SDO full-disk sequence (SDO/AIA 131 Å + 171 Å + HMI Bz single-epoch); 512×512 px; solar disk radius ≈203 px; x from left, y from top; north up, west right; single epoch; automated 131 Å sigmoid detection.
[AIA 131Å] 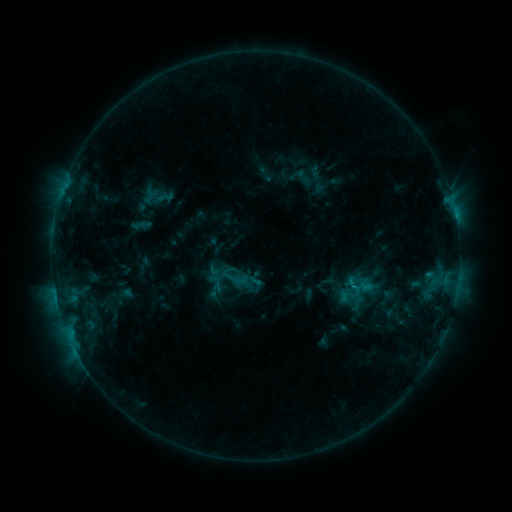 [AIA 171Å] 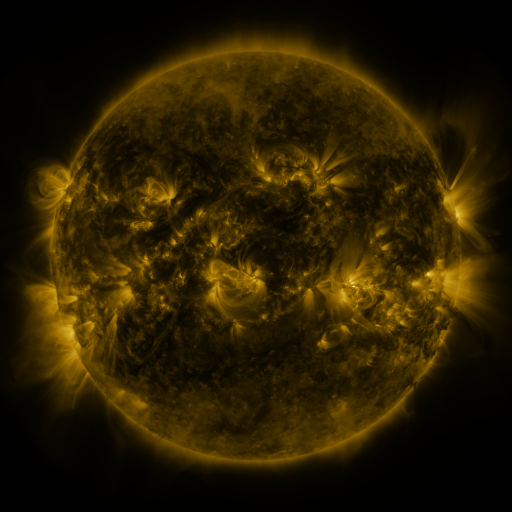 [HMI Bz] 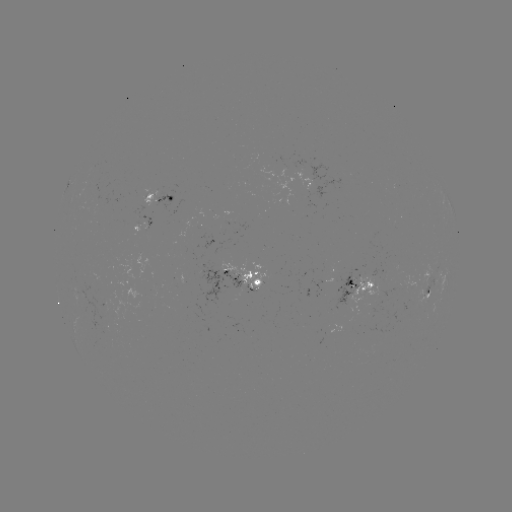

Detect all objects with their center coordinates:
sigmoid: (166, 197)
sigmoid: (359, 286)
